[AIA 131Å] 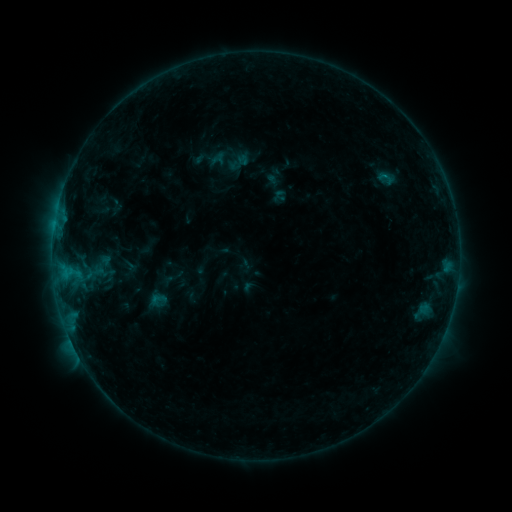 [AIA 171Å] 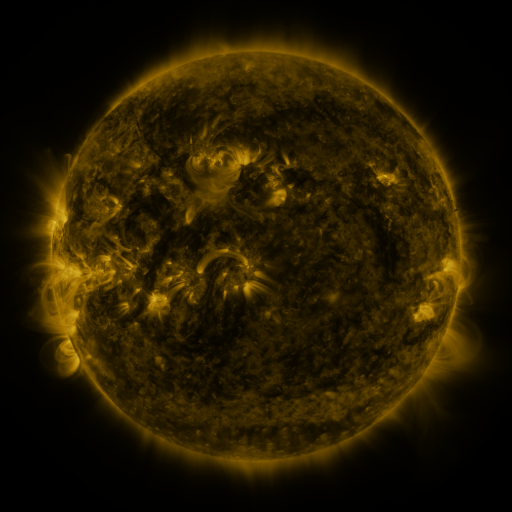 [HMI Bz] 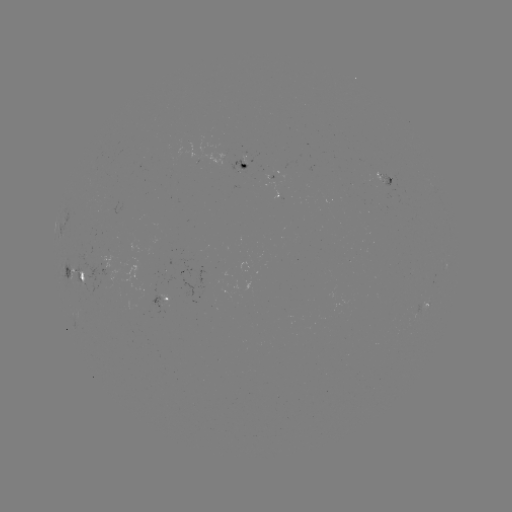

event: sigmoid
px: (158, 300)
